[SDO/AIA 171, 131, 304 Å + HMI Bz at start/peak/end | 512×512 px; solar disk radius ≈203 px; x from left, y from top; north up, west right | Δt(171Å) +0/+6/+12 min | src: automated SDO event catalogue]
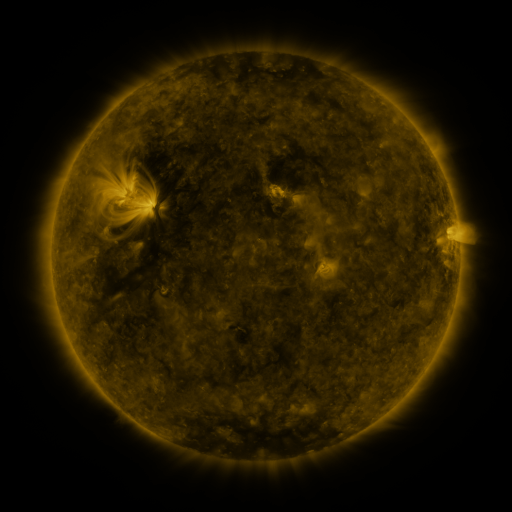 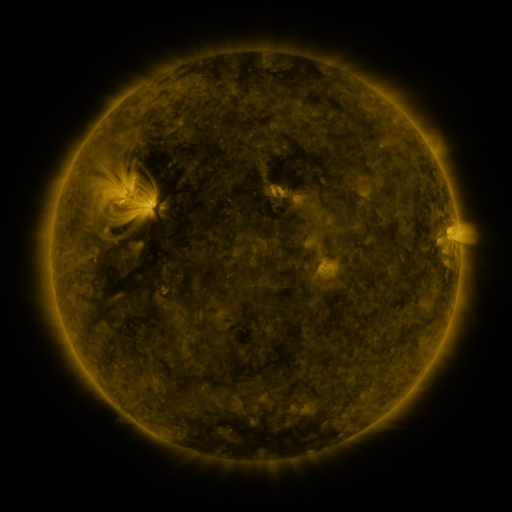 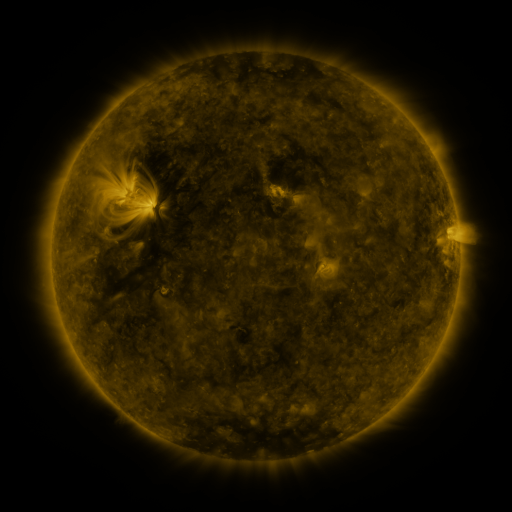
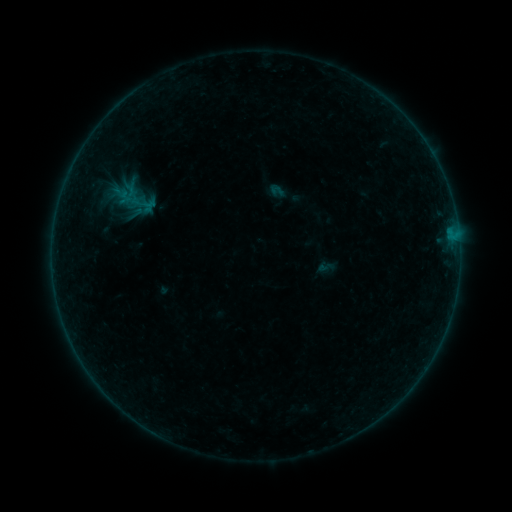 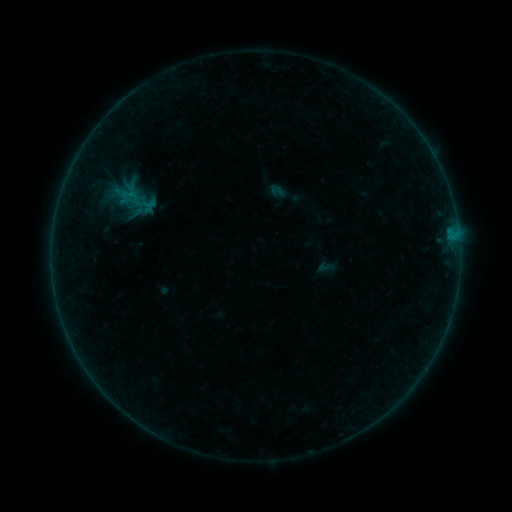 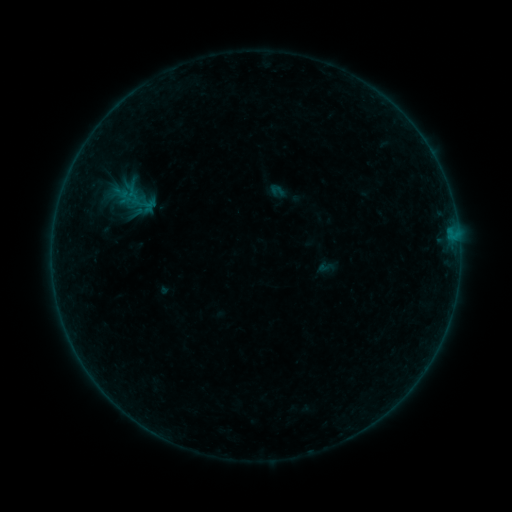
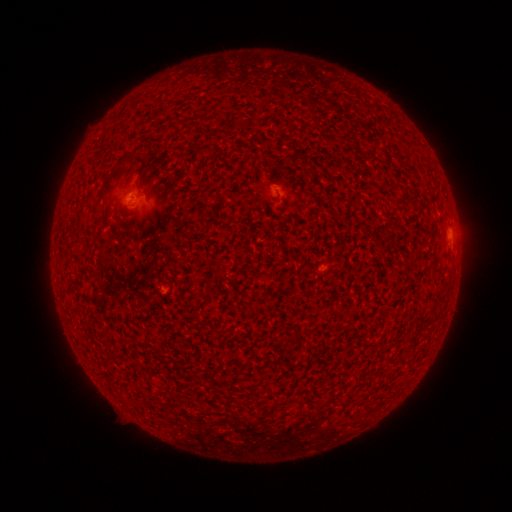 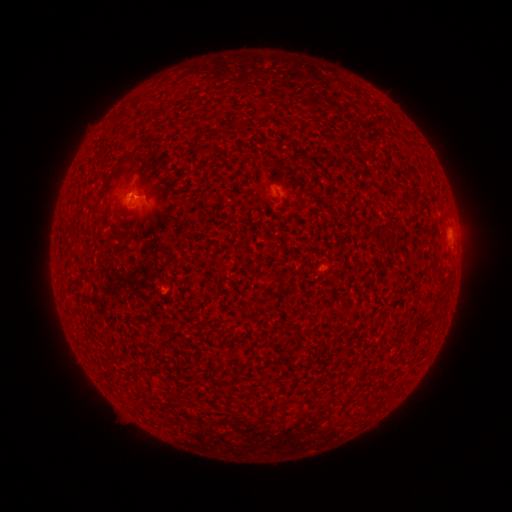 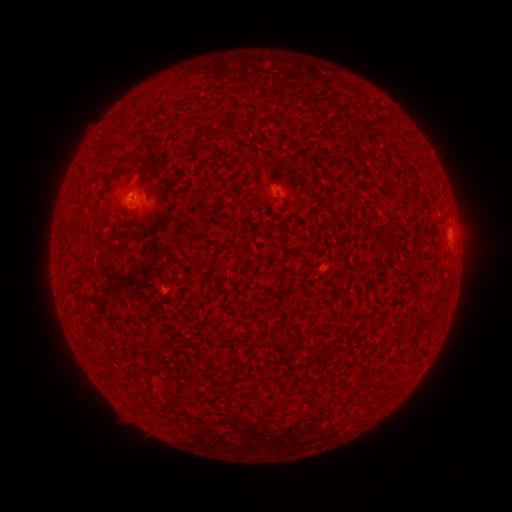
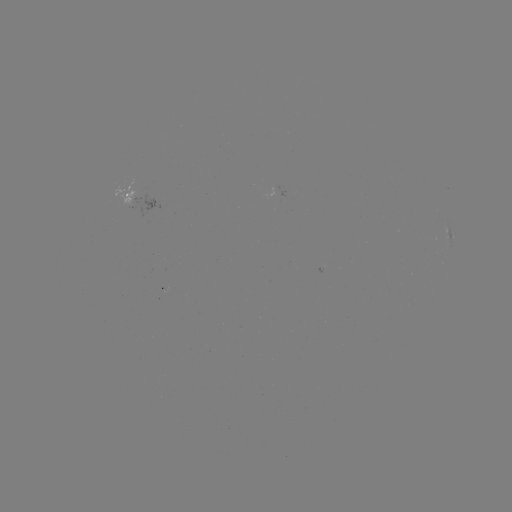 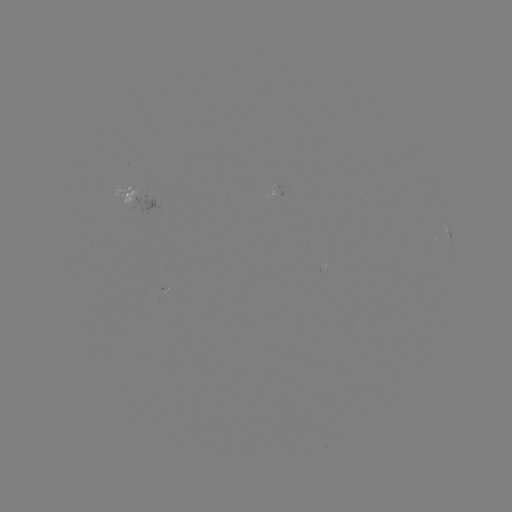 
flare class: B1.1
